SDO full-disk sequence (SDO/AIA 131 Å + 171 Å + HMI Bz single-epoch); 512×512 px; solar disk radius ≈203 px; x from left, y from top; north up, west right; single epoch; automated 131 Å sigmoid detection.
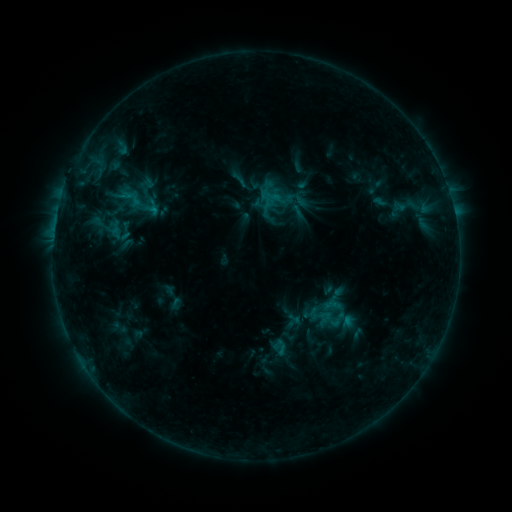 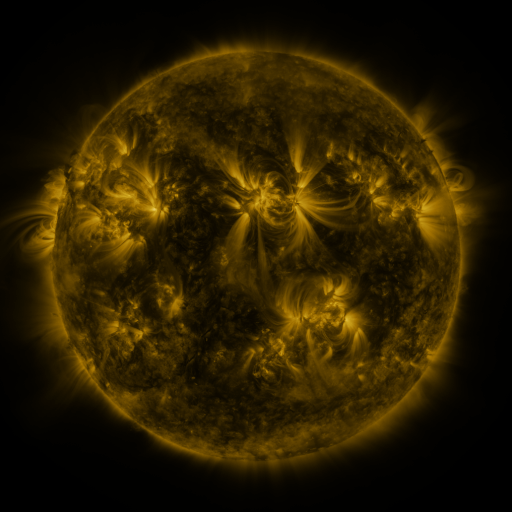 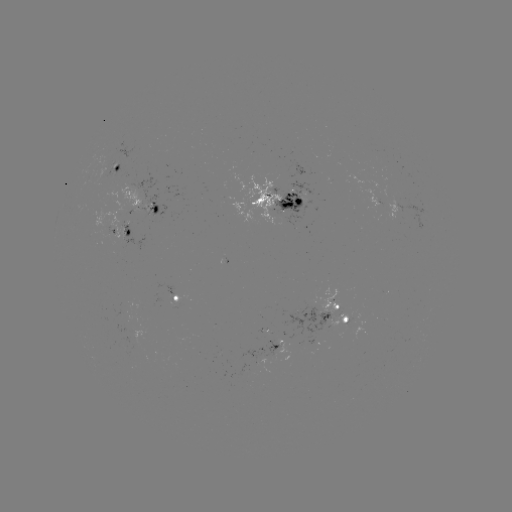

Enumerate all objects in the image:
sigmoid: (405, 205)
